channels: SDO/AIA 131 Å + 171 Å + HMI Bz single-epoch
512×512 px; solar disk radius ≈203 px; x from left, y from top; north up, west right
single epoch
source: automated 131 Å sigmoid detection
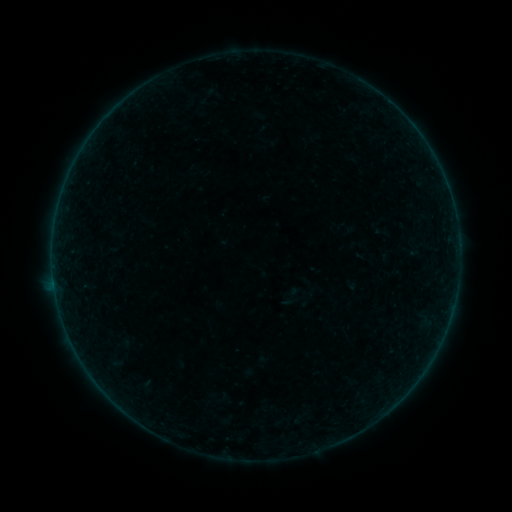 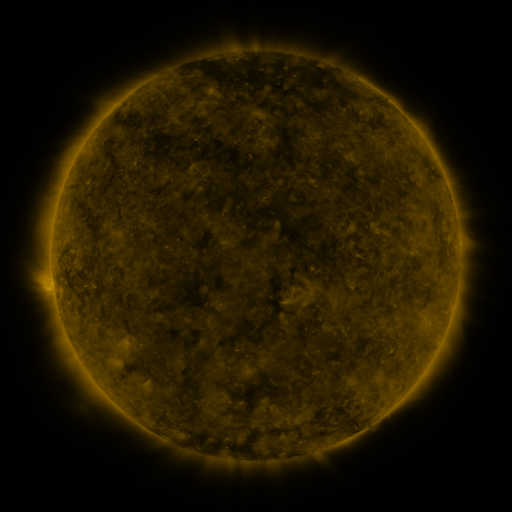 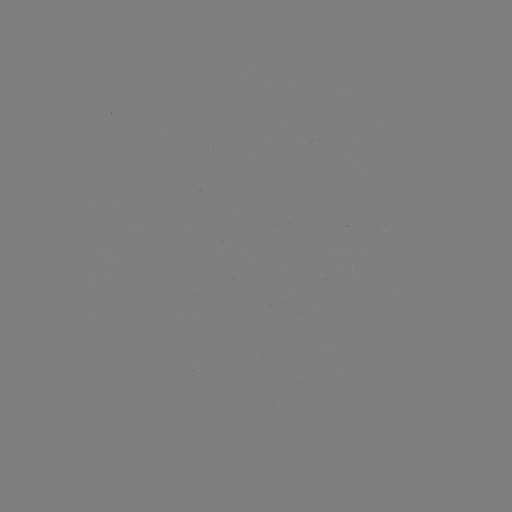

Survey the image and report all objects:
sigmoid: (280, 285, 301, 306)
